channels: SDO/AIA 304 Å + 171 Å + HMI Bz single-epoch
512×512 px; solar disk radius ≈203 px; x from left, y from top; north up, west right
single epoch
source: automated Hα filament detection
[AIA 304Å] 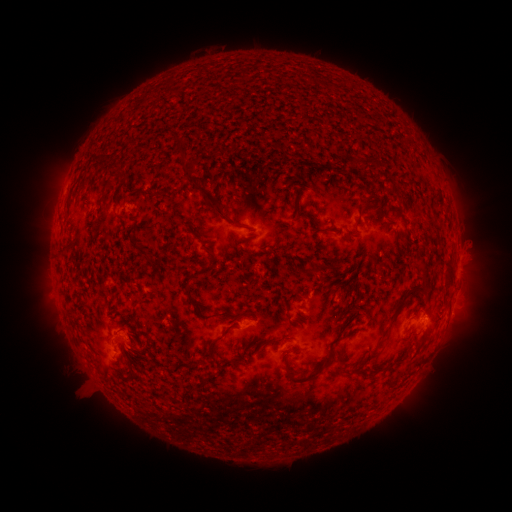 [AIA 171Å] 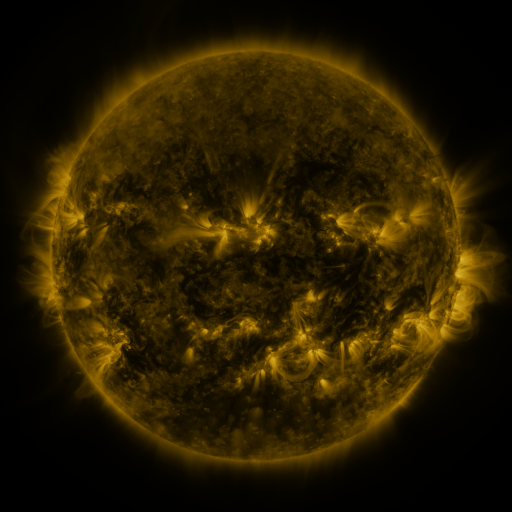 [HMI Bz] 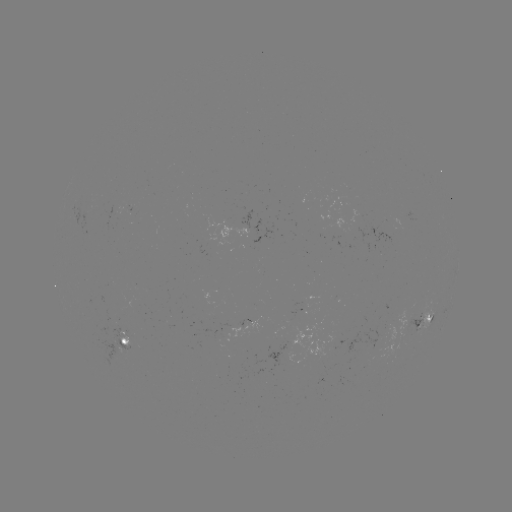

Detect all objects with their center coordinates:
filament: (364, 163)
filament: (153, 195)
filament: (364, 205)
filament: (215, 206)
filament: (135, 217)
filament: (322, 231)
filament: (314, 270)
filament: (449, 277)
filament: (188, 291)
filament: (244, 313)
filament: (210, 316)
filament: (391, 320)
filament: (346, 325)
filament: (210, 346)
filament: (368, 359)
filament: (219, 369)
filament: (308, 377)
